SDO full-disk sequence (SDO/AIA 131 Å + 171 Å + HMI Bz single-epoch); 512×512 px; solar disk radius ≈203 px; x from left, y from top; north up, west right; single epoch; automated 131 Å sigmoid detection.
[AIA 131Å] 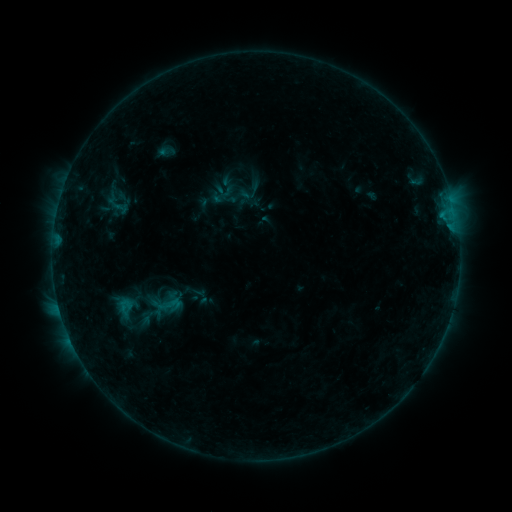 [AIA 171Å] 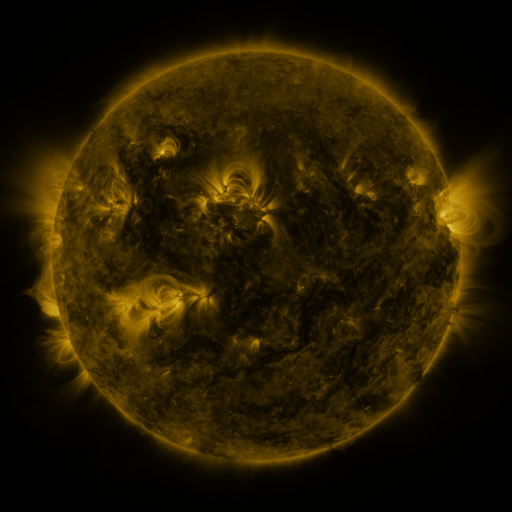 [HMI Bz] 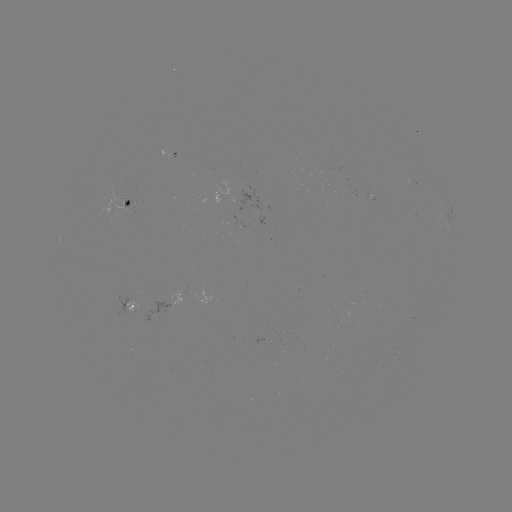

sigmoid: (147, 289, 187, 321)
